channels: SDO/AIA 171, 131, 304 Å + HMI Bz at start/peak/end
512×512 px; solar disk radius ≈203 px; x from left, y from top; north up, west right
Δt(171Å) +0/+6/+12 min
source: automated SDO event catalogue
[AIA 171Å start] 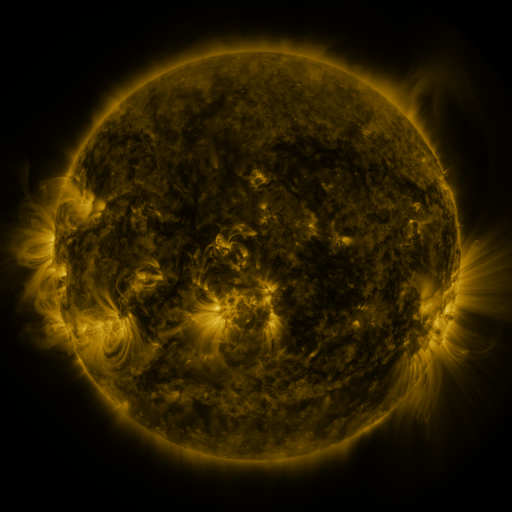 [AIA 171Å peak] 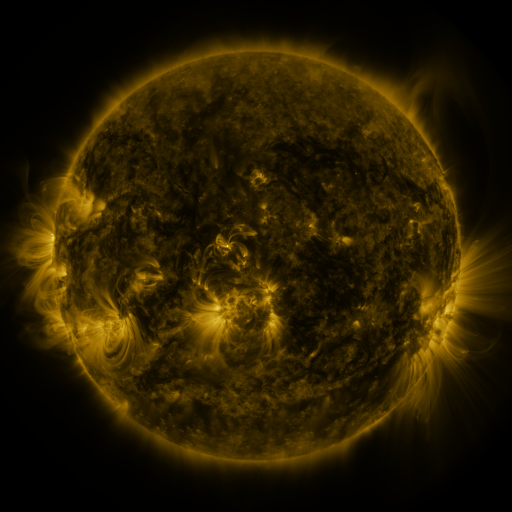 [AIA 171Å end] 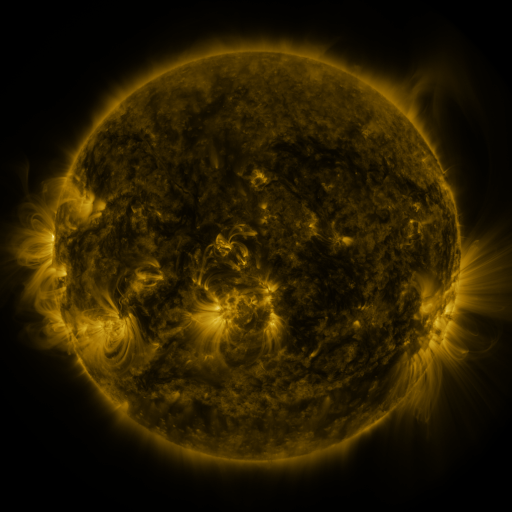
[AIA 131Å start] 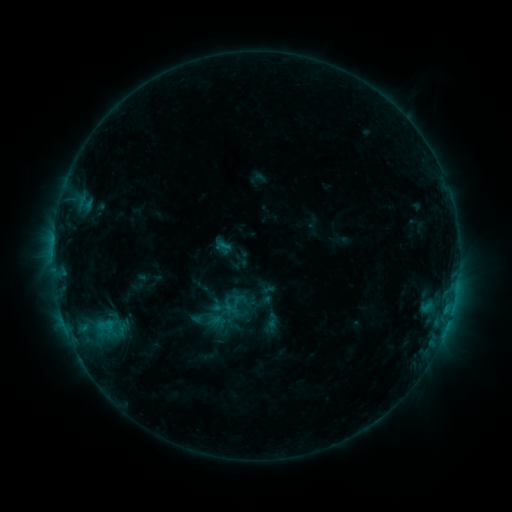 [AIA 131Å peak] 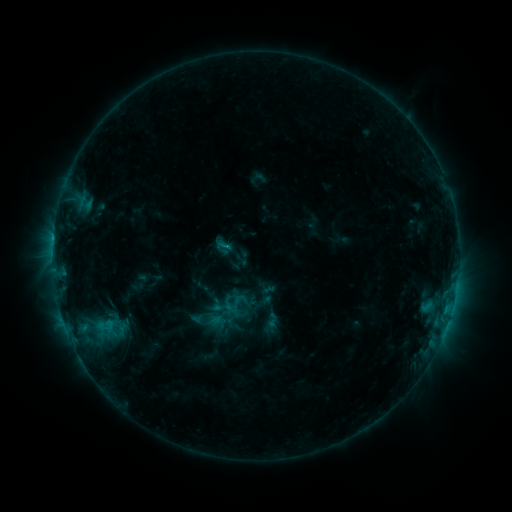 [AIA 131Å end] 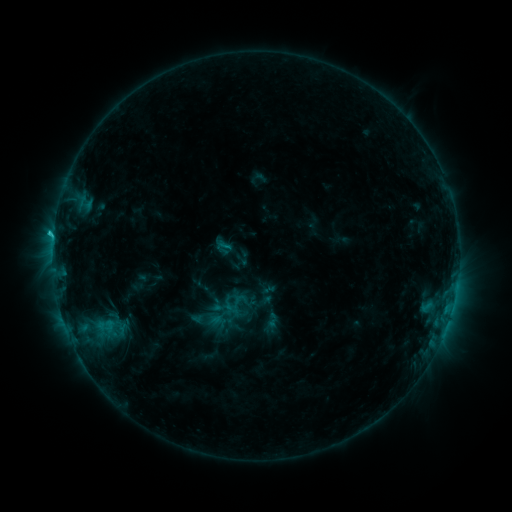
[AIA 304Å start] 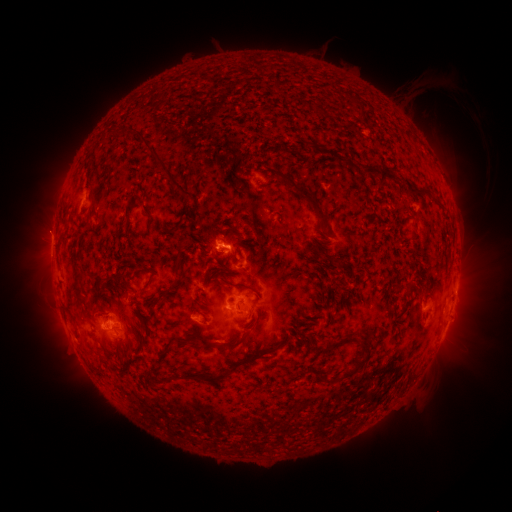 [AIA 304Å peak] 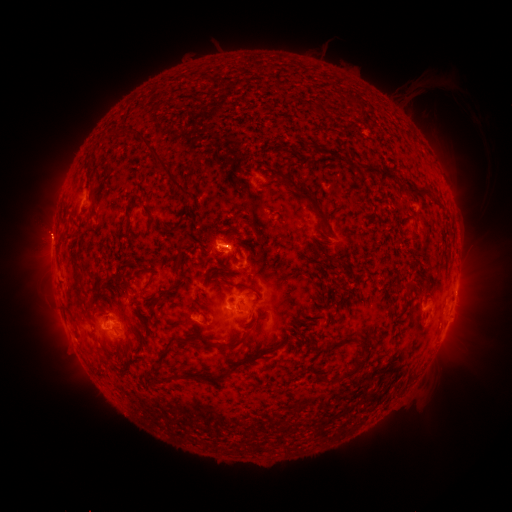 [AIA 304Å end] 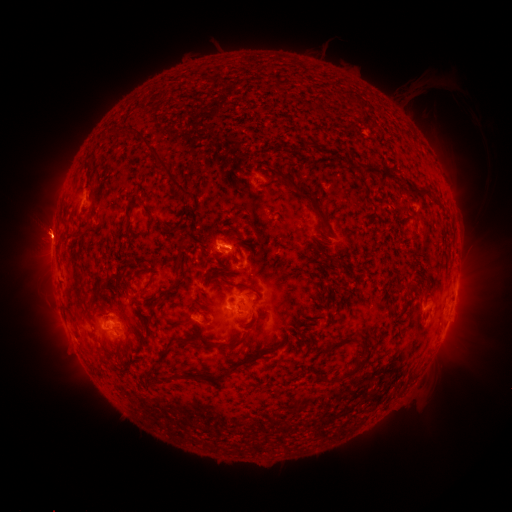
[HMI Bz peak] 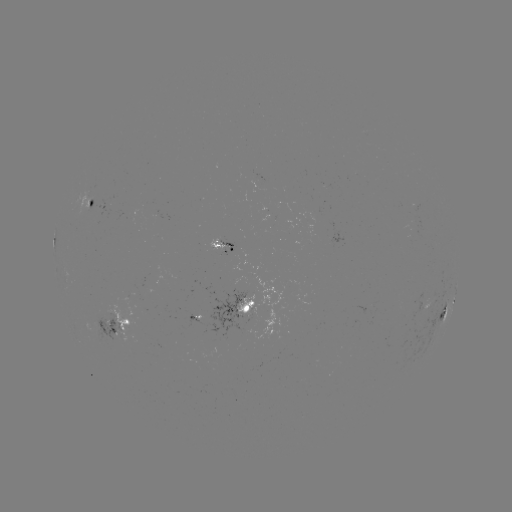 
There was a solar flare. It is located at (53, 241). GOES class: C1.7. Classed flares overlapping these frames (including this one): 2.